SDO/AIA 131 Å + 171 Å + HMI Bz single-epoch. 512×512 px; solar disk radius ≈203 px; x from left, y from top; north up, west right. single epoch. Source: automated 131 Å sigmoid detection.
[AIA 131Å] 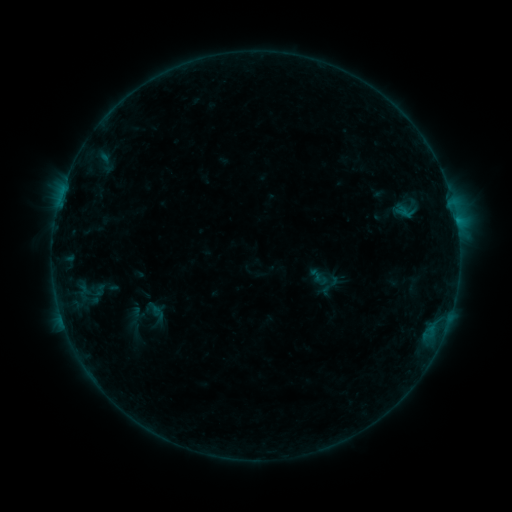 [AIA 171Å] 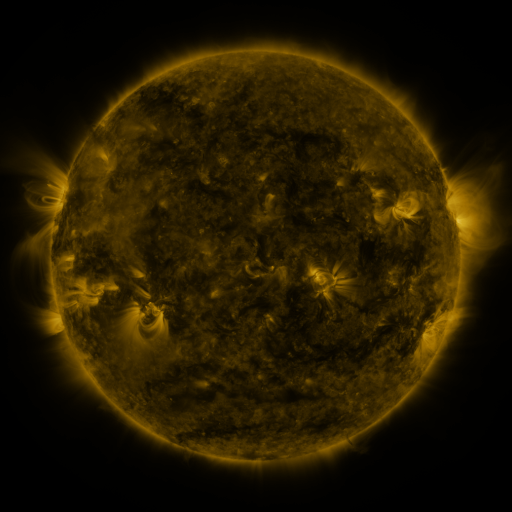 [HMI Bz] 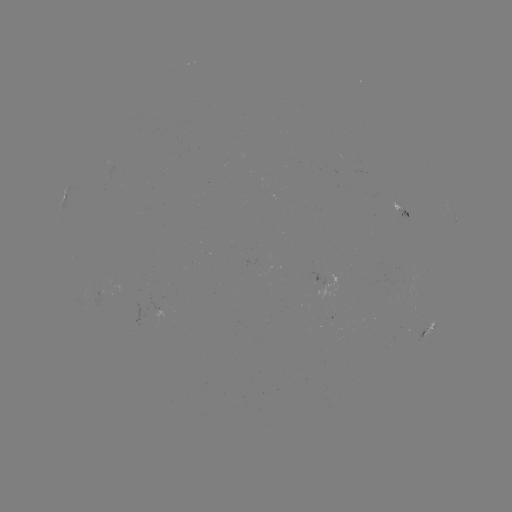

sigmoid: (317, 272, 342, 299)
